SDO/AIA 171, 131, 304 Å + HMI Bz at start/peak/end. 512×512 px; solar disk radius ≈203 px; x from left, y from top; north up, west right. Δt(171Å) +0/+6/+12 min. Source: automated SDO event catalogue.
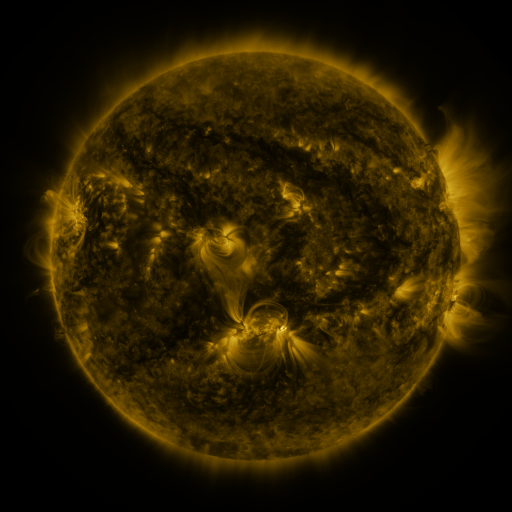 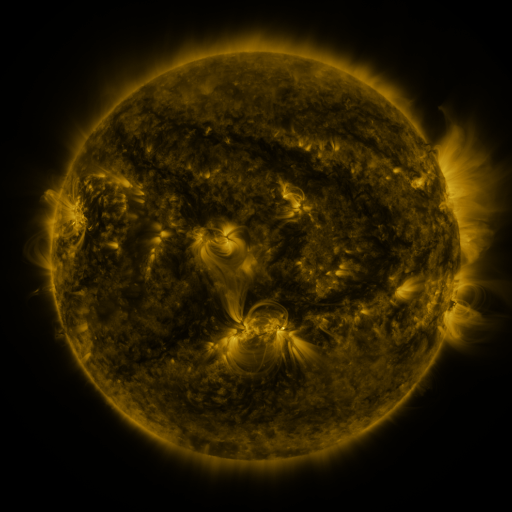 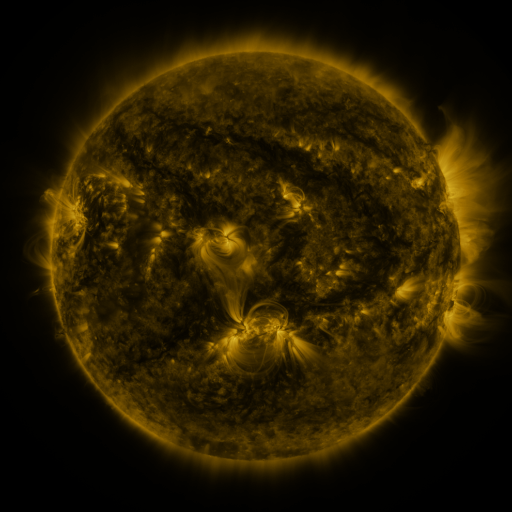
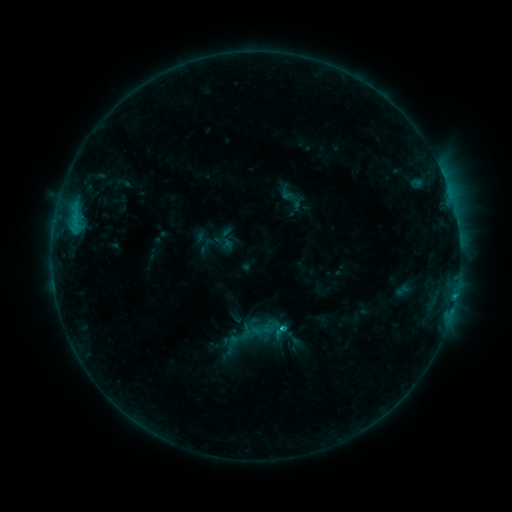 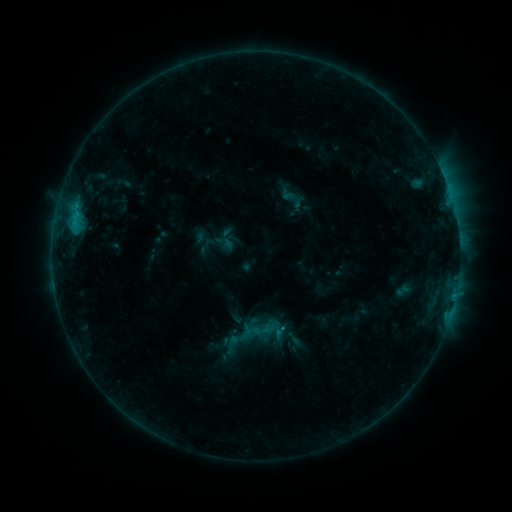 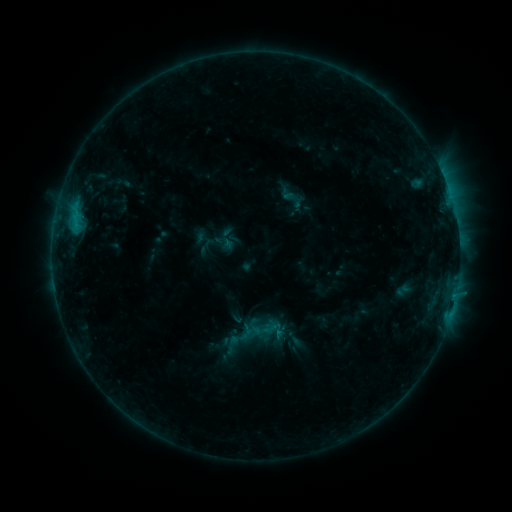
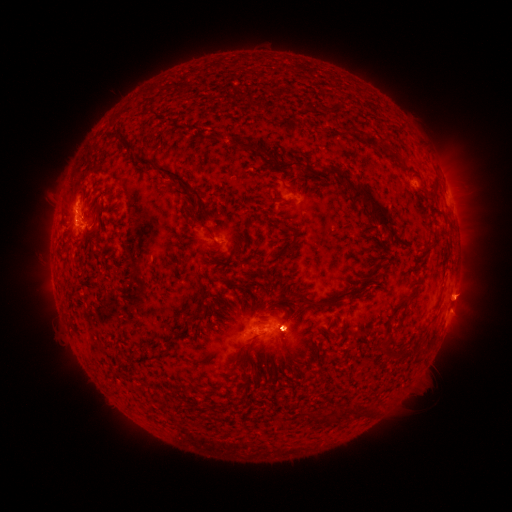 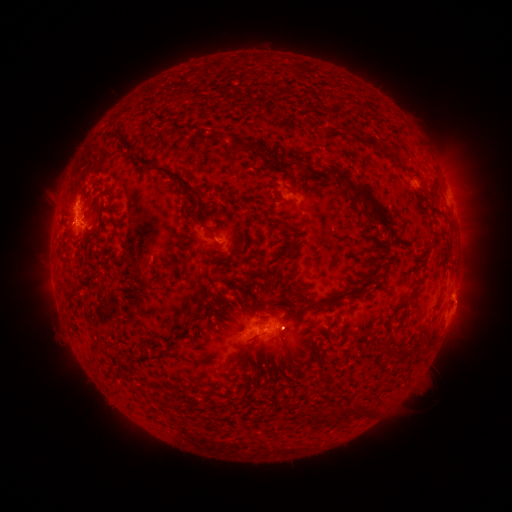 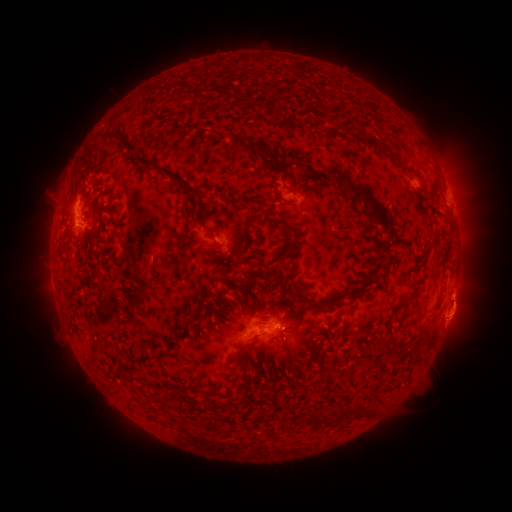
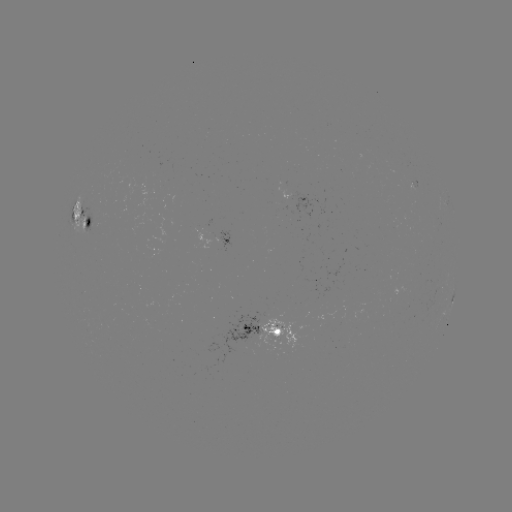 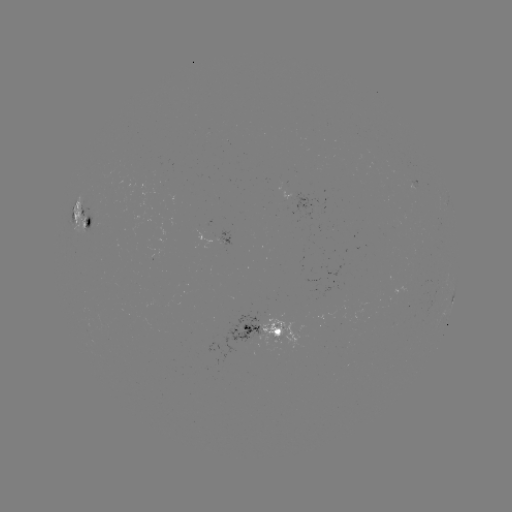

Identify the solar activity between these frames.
eruption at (462, 304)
